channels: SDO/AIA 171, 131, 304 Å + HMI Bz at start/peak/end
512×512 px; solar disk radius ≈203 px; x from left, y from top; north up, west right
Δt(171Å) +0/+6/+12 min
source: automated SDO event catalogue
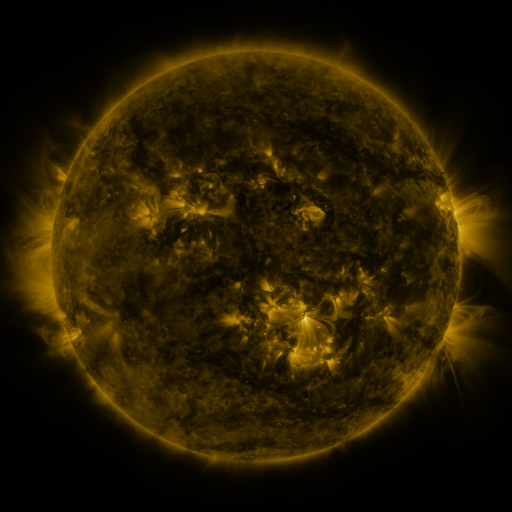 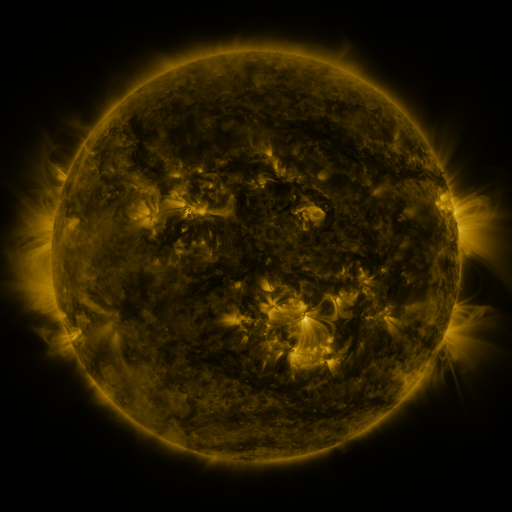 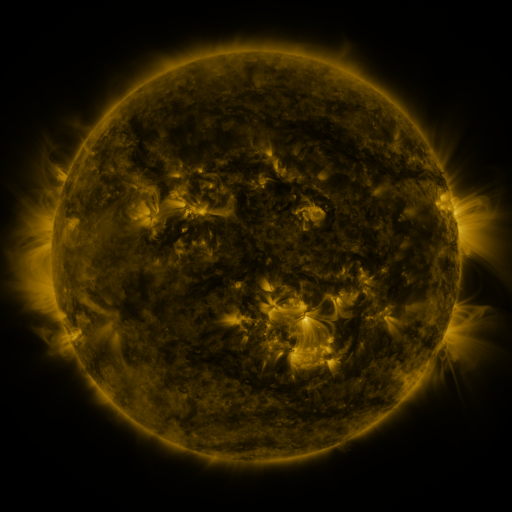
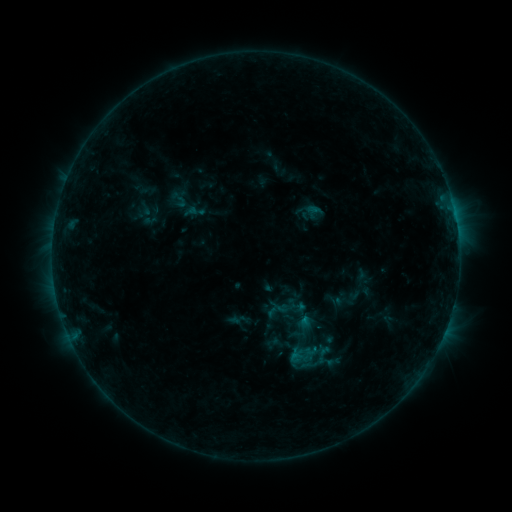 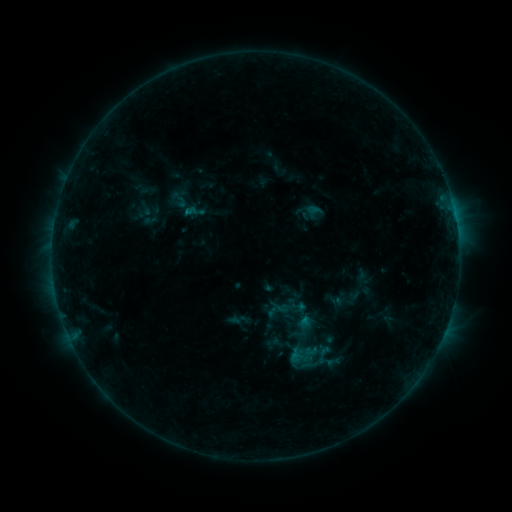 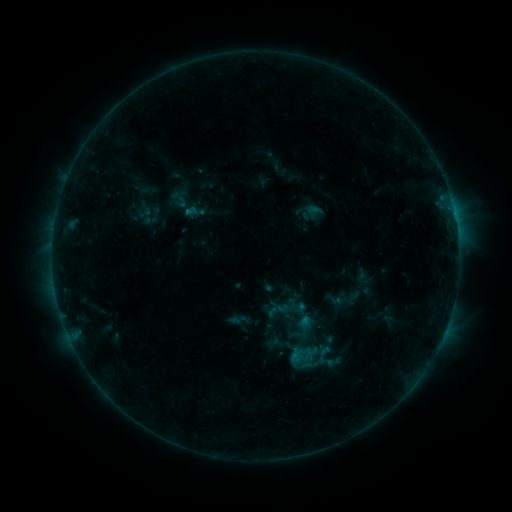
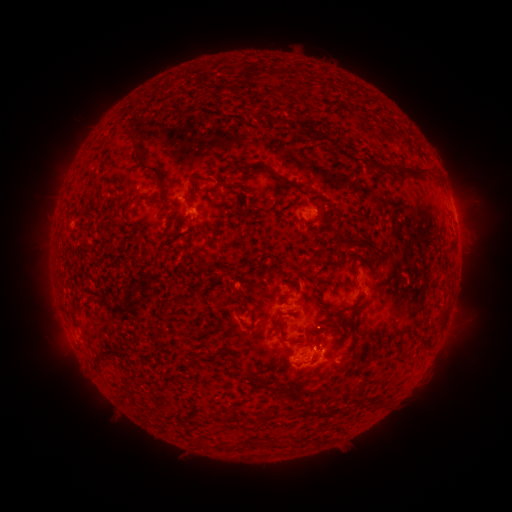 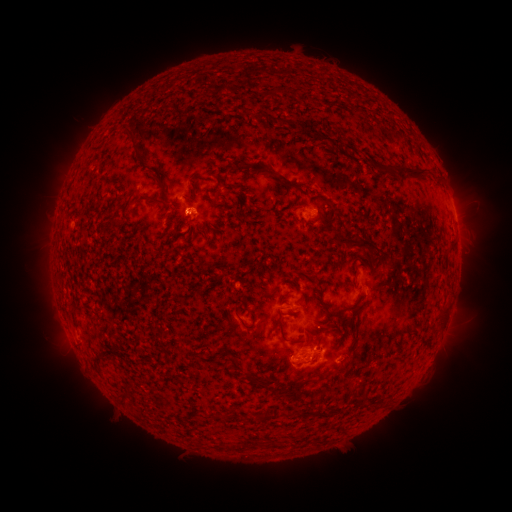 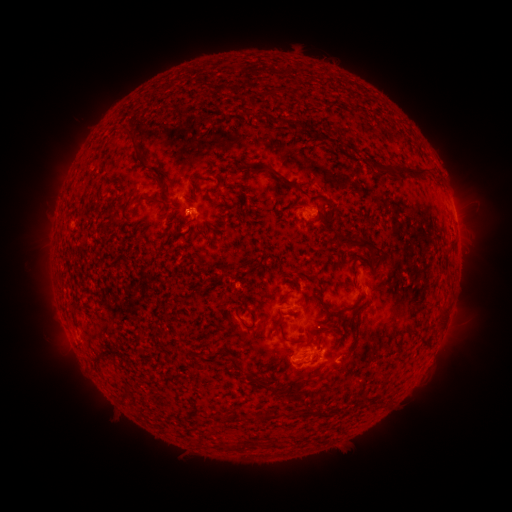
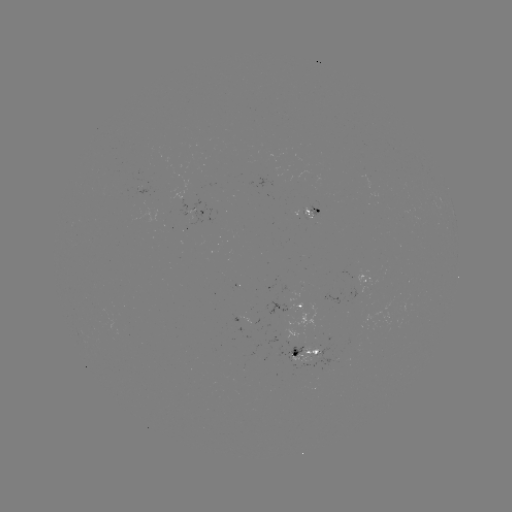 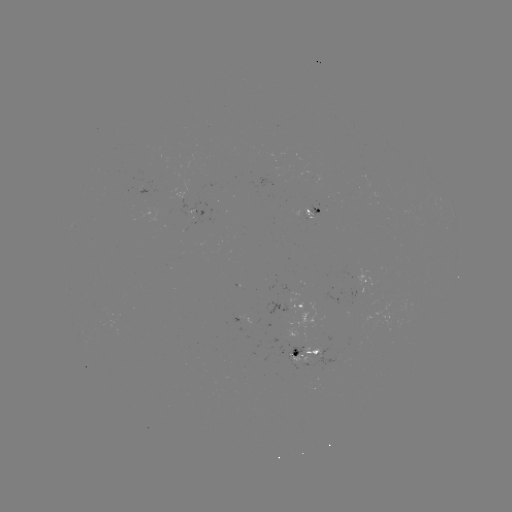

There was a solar flare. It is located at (187, 215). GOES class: B3.7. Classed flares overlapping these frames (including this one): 1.